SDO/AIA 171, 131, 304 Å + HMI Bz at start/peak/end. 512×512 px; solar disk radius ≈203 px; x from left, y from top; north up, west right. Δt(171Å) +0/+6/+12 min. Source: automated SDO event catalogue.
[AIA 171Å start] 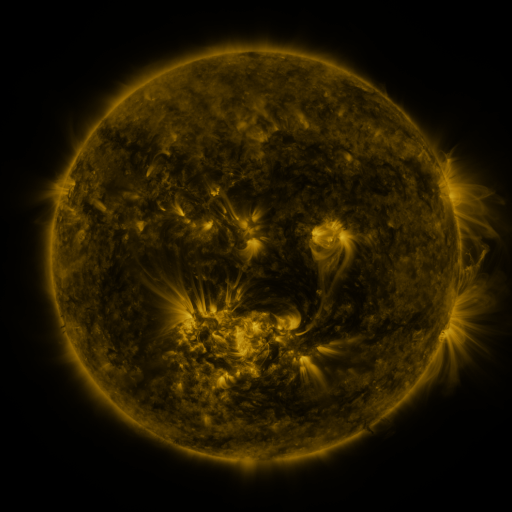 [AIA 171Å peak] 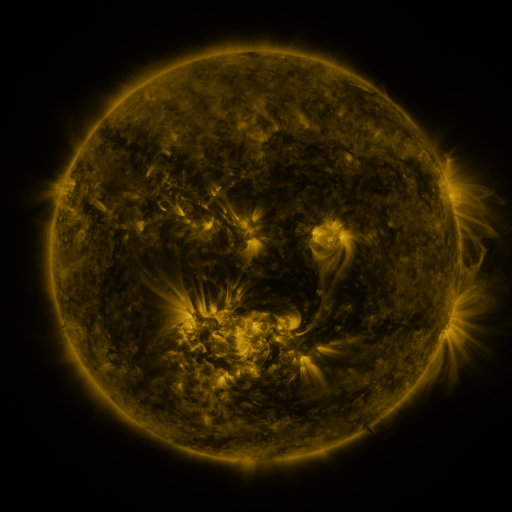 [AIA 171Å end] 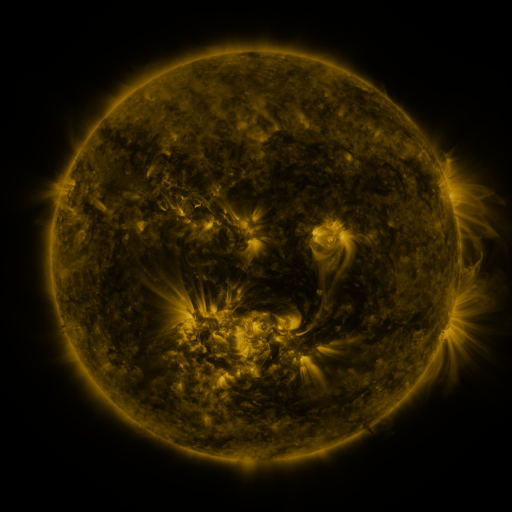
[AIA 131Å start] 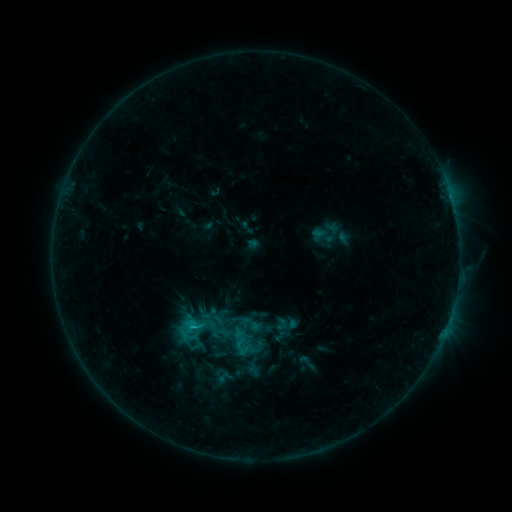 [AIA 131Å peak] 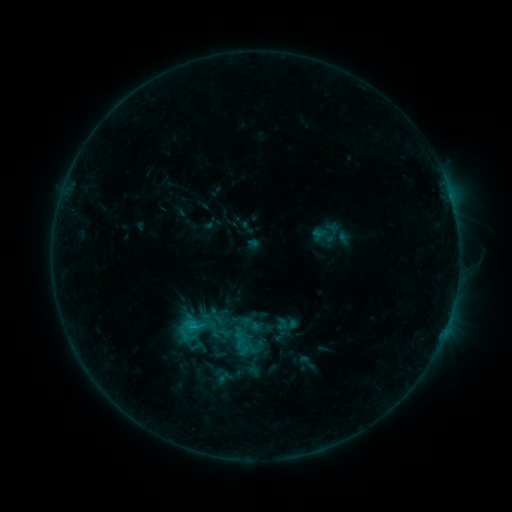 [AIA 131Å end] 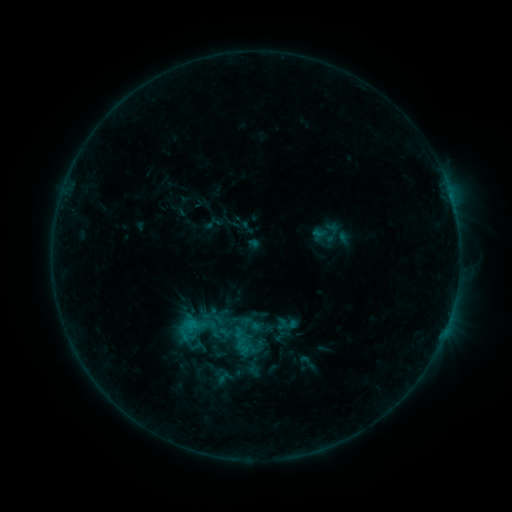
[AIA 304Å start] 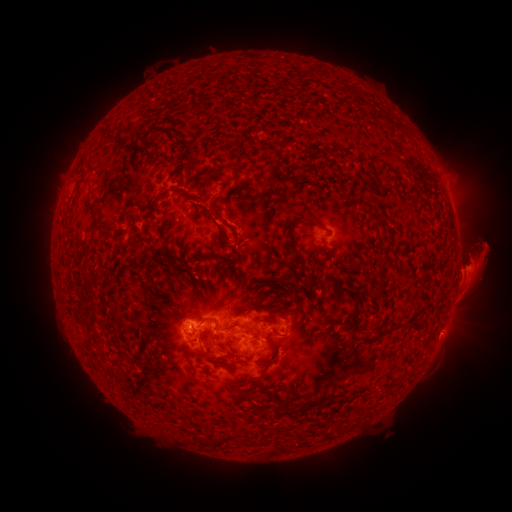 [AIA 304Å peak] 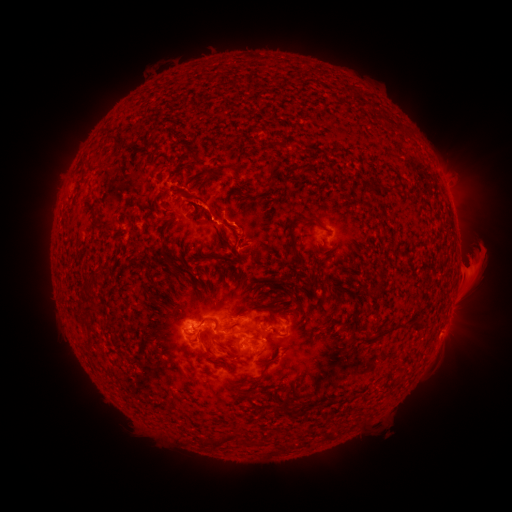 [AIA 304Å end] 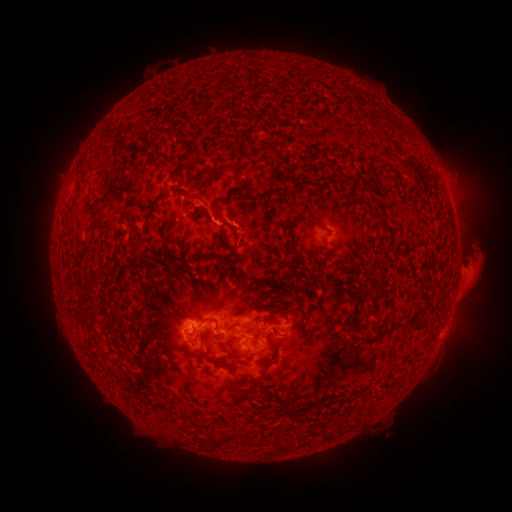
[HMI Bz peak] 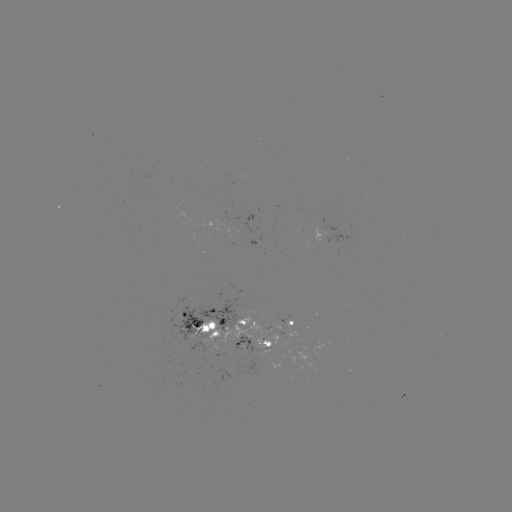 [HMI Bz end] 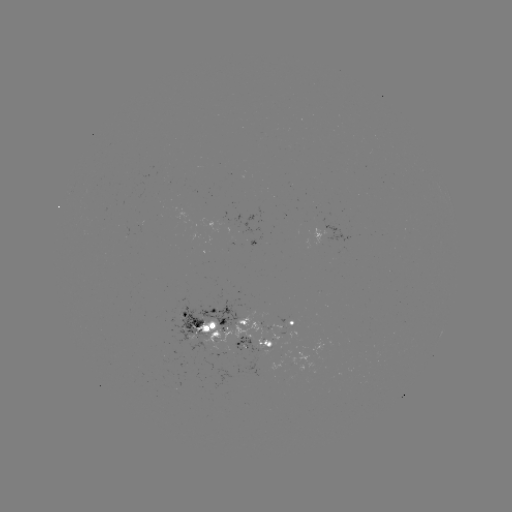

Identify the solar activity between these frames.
eruption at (174, 125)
